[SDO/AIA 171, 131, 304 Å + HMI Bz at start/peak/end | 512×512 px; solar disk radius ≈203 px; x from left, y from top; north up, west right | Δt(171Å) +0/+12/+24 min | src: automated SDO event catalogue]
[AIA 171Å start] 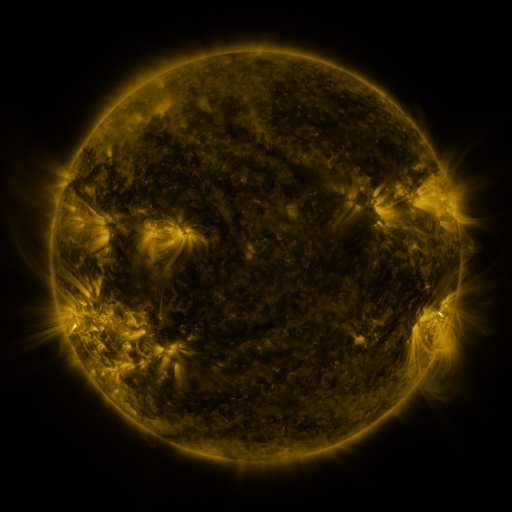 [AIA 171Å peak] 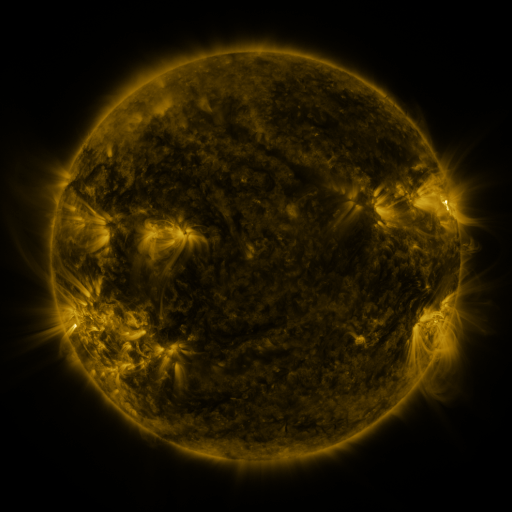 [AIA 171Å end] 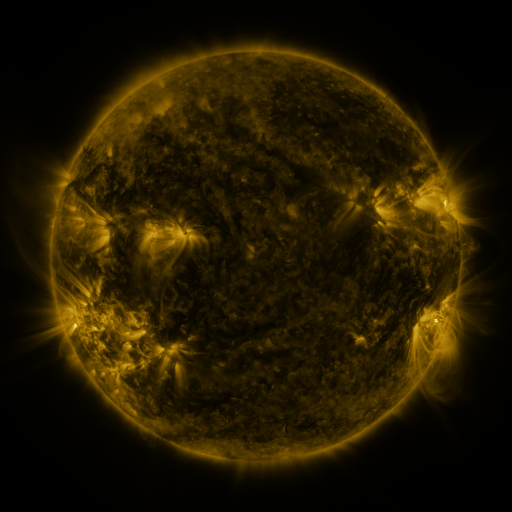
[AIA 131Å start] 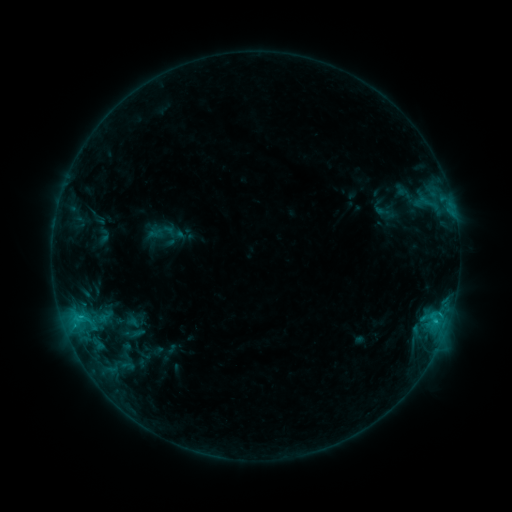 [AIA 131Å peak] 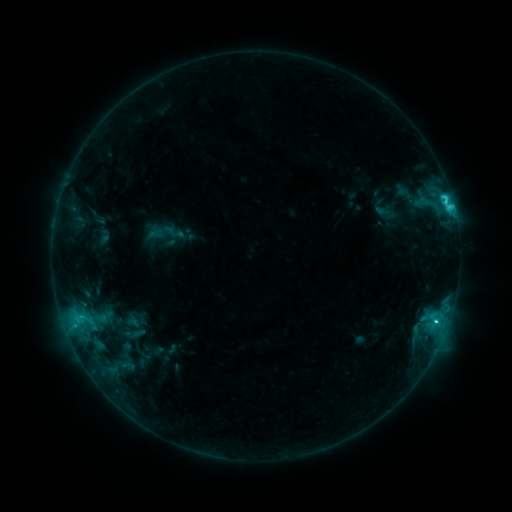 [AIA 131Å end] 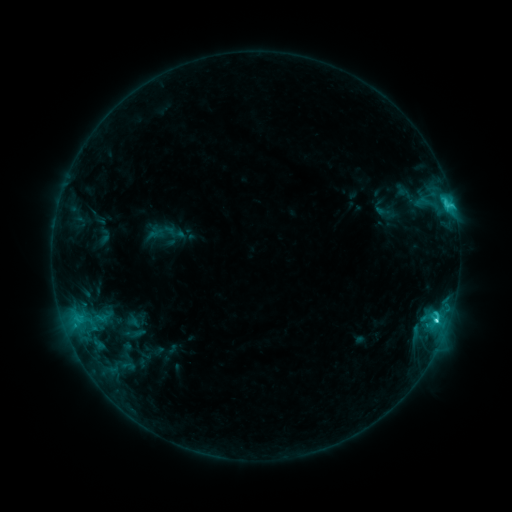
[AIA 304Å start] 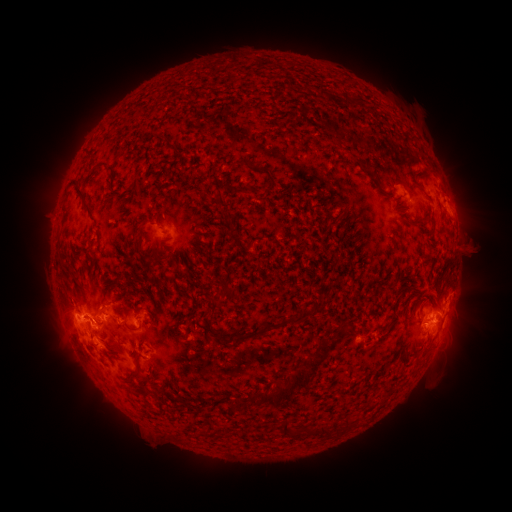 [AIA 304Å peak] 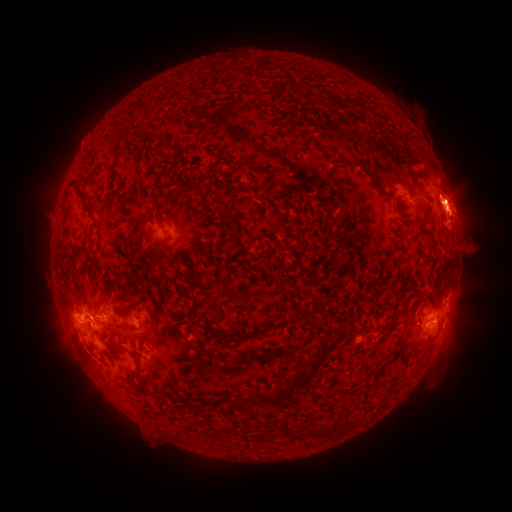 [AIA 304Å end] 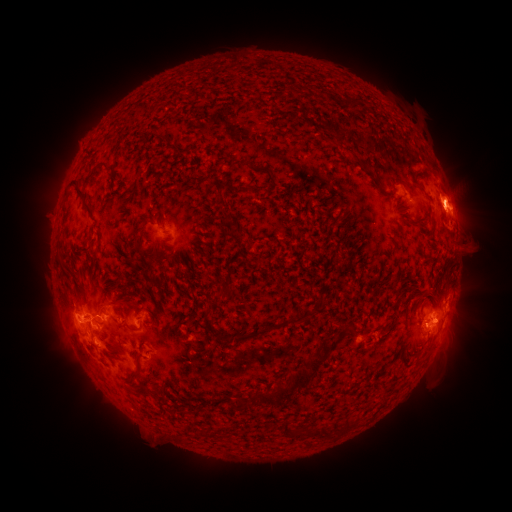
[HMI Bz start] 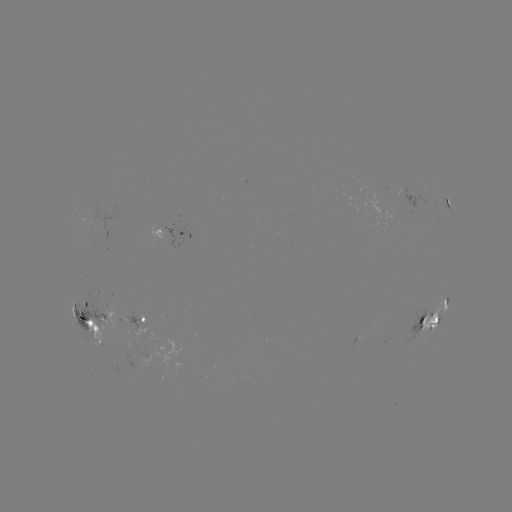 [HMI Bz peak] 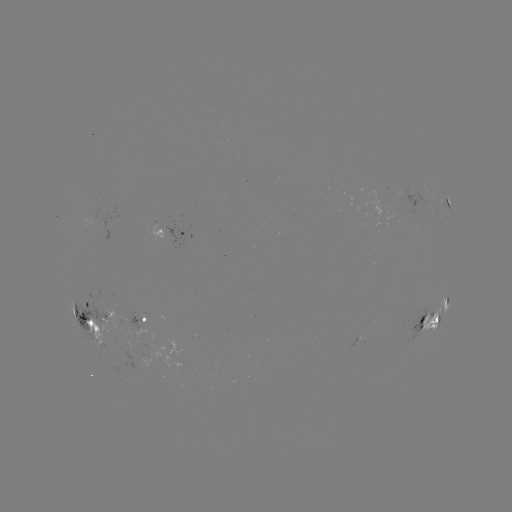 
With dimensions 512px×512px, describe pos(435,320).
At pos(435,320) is C8.4 flare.